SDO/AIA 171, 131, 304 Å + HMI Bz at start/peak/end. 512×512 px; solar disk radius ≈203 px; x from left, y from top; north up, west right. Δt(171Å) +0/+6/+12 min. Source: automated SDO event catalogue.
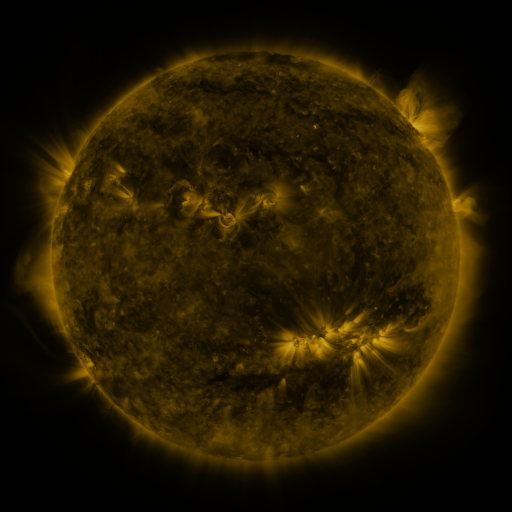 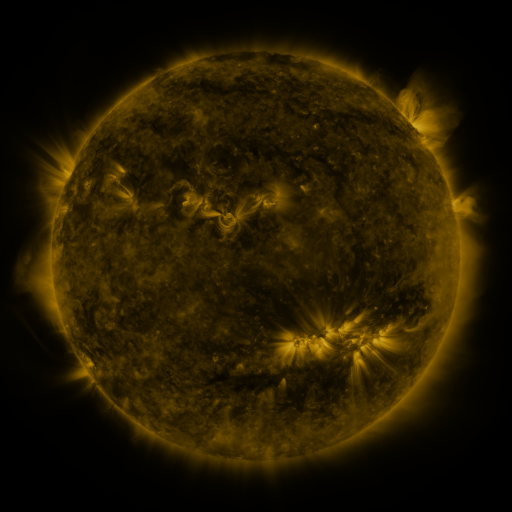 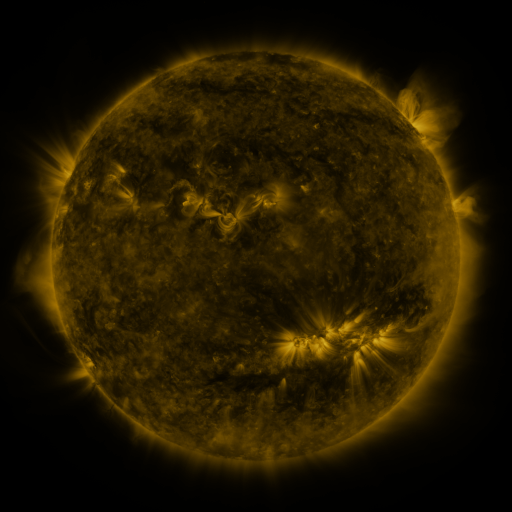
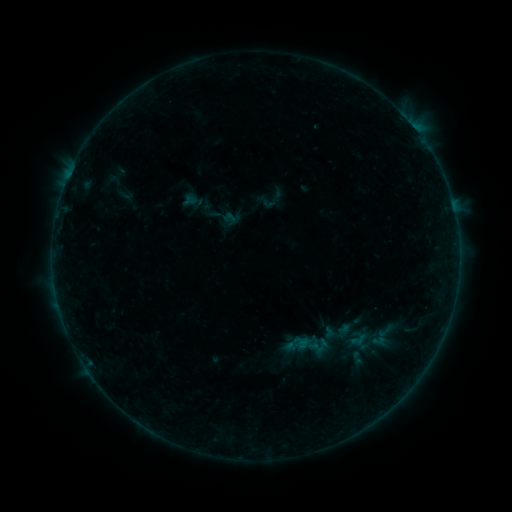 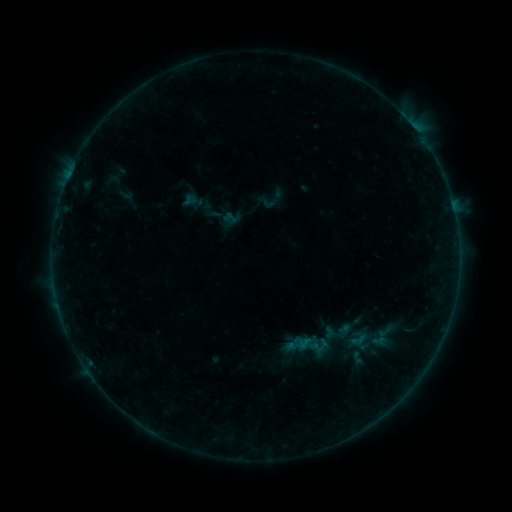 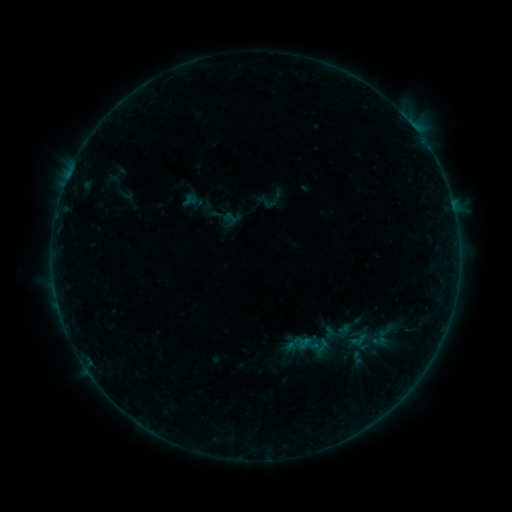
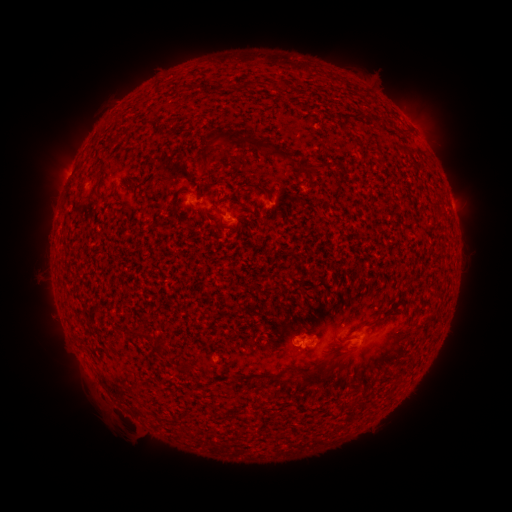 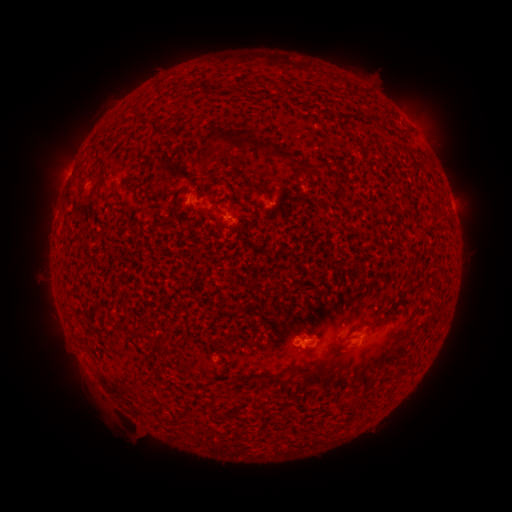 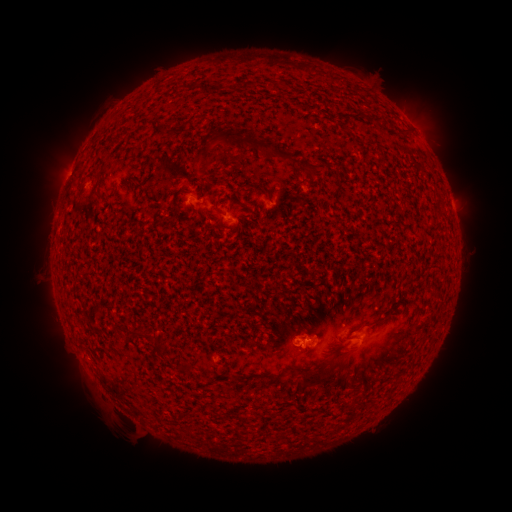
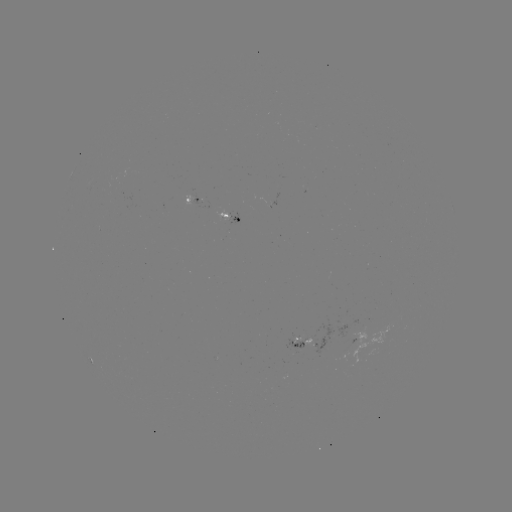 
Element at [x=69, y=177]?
B1.5 flare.